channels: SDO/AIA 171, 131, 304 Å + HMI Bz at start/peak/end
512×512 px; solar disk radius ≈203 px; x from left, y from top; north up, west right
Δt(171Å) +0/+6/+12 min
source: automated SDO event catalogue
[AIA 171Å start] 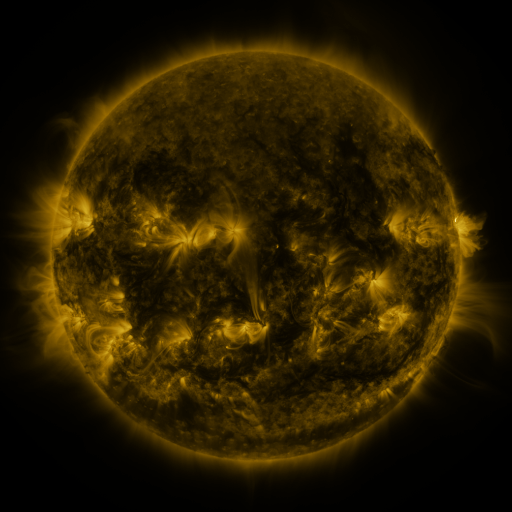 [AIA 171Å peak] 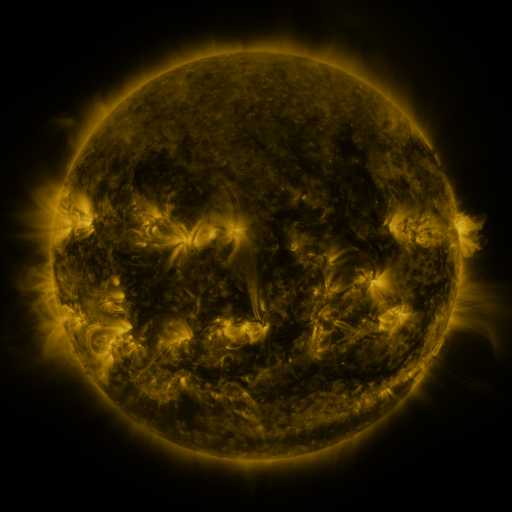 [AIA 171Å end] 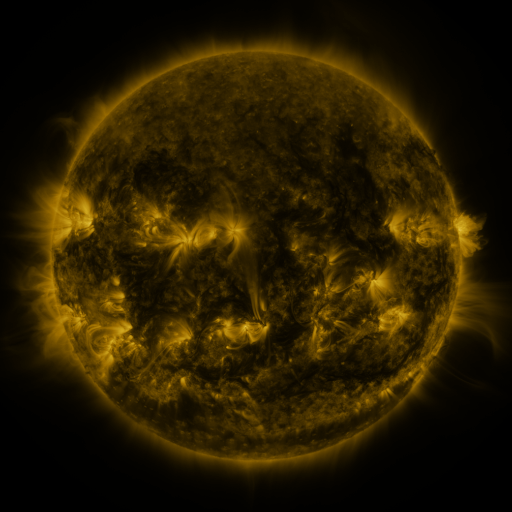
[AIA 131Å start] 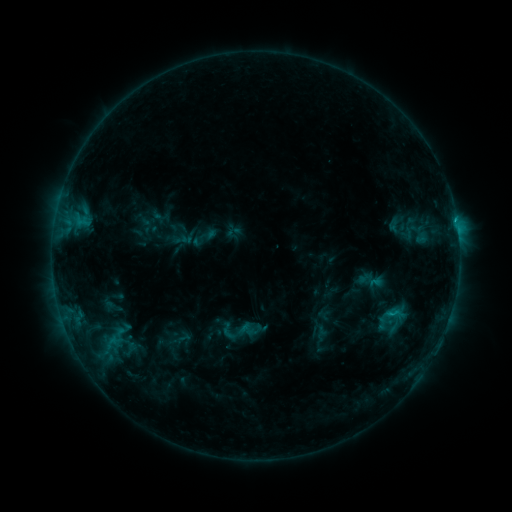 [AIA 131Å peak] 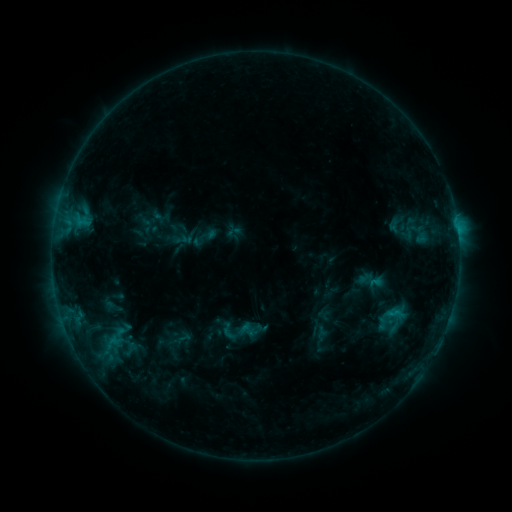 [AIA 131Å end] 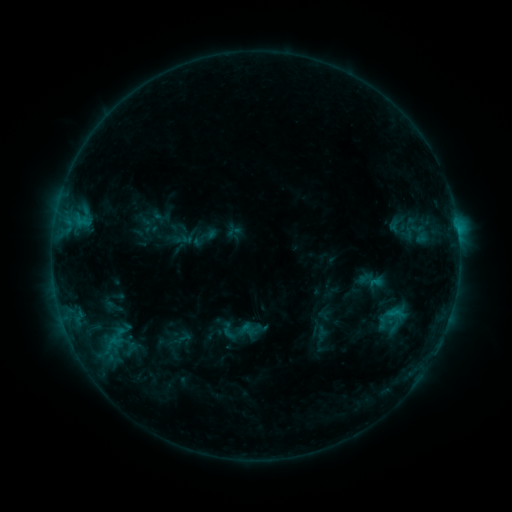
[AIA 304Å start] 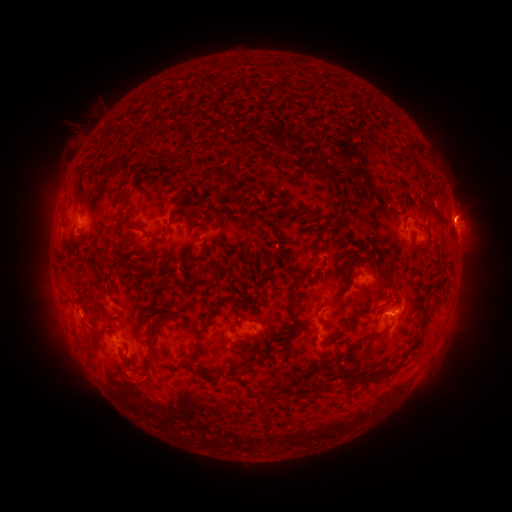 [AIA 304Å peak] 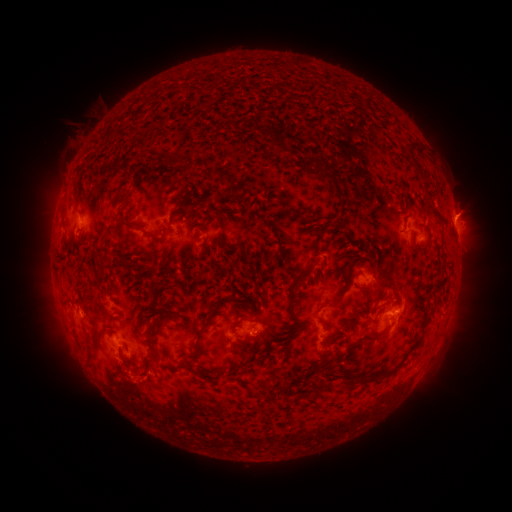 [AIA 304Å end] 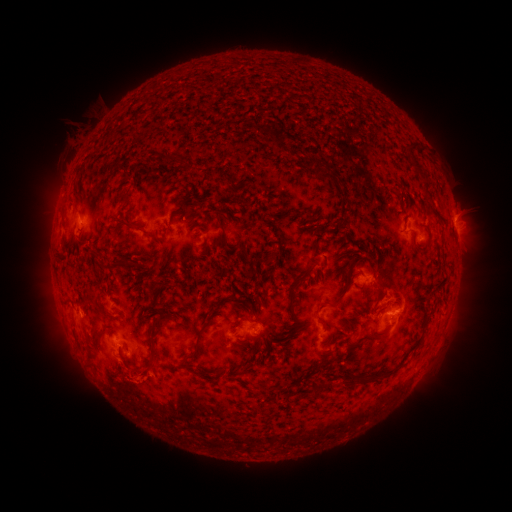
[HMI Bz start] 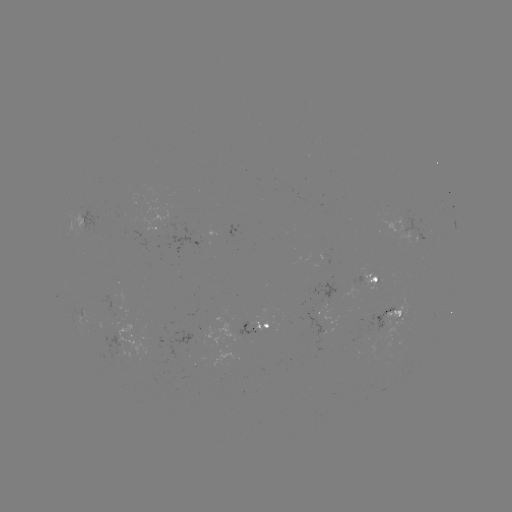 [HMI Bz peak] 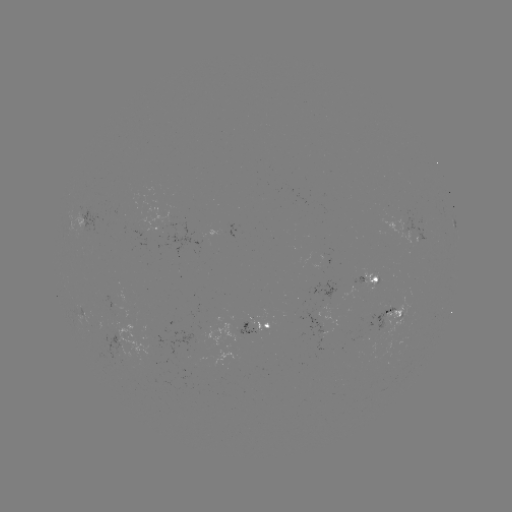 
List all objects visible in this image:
eruption: (131, 381)
